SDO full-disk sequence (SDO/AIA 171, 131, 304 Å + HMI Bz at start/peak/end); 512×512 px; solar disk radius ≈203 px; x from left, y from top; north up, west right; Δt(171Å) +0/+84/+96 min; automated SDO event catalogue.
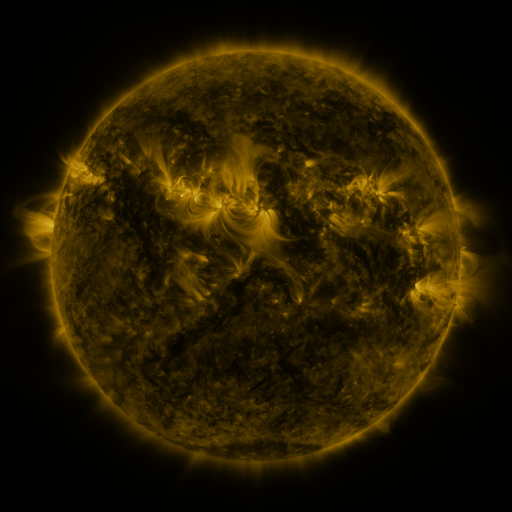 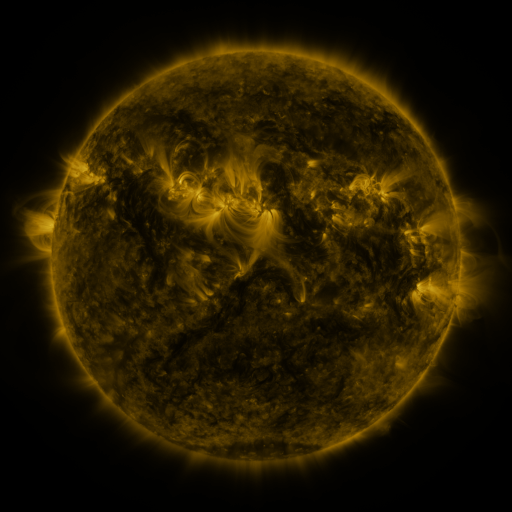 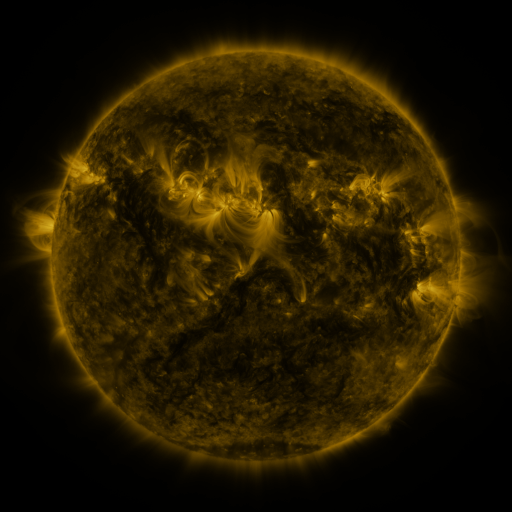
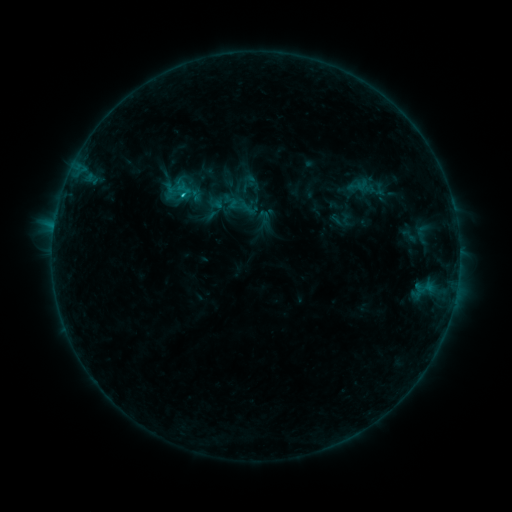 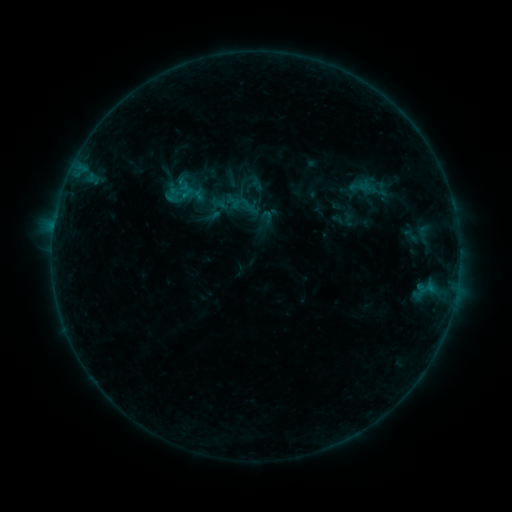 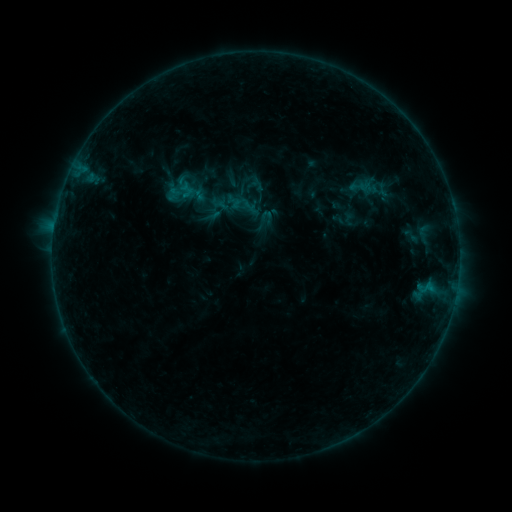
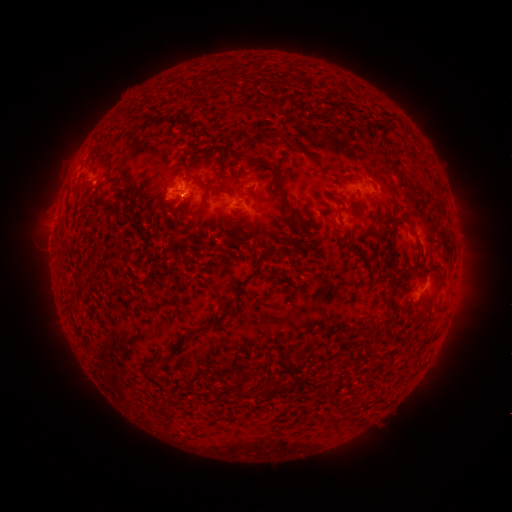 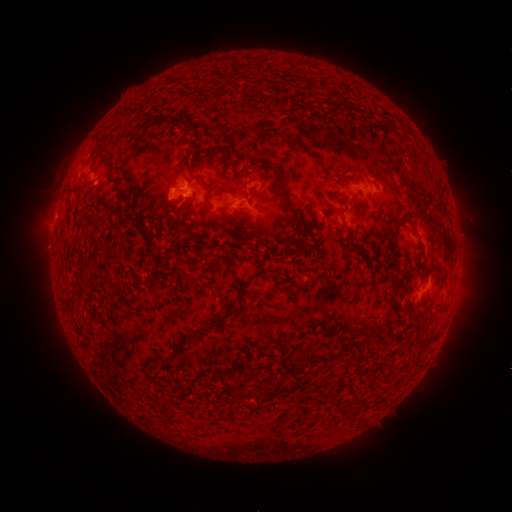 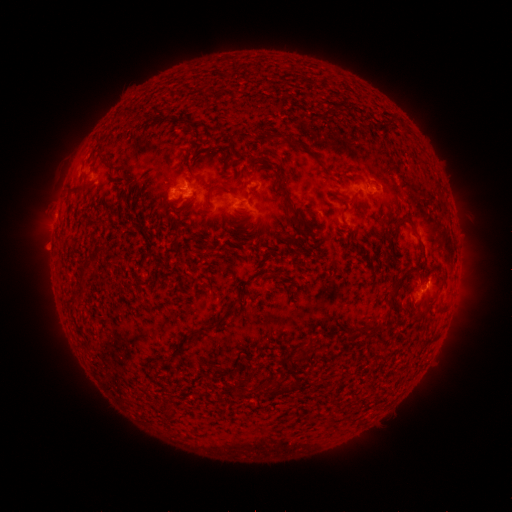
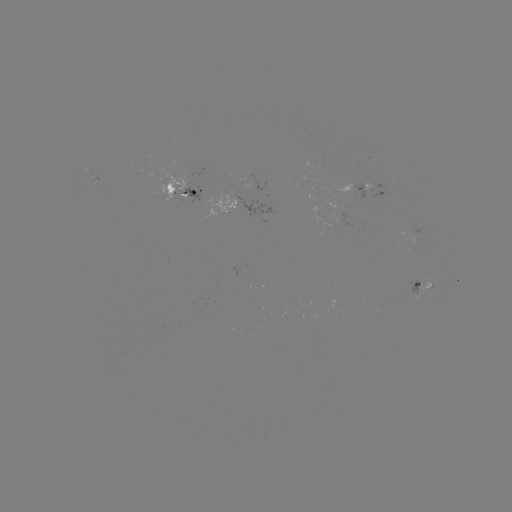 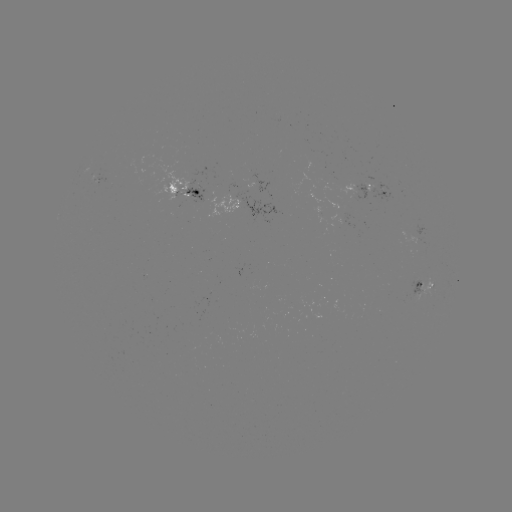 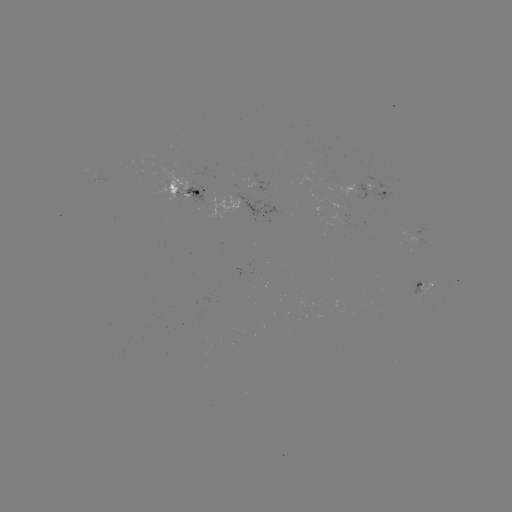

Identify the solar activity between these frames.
emerging-flux region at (383, 189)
